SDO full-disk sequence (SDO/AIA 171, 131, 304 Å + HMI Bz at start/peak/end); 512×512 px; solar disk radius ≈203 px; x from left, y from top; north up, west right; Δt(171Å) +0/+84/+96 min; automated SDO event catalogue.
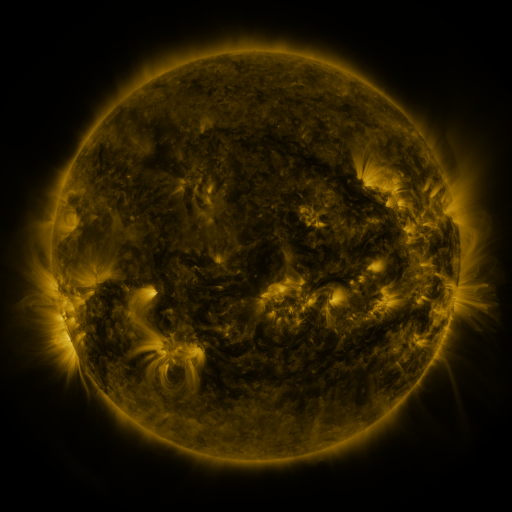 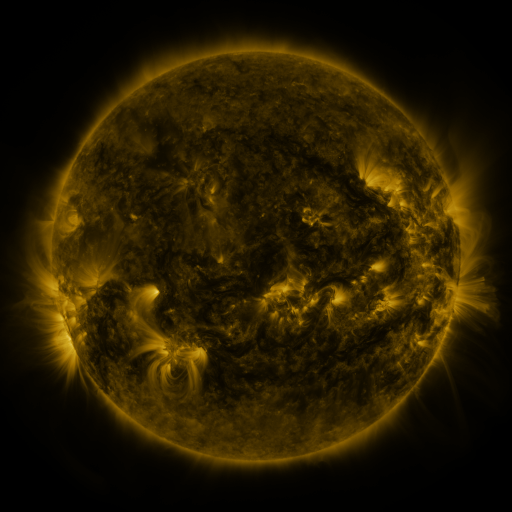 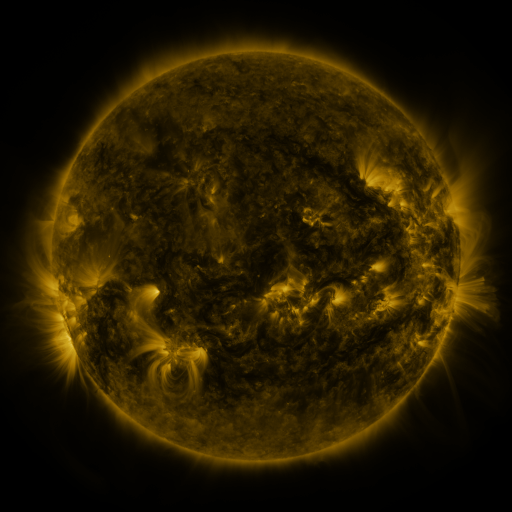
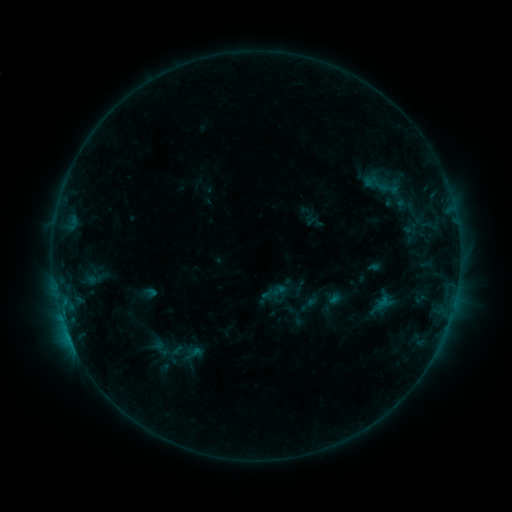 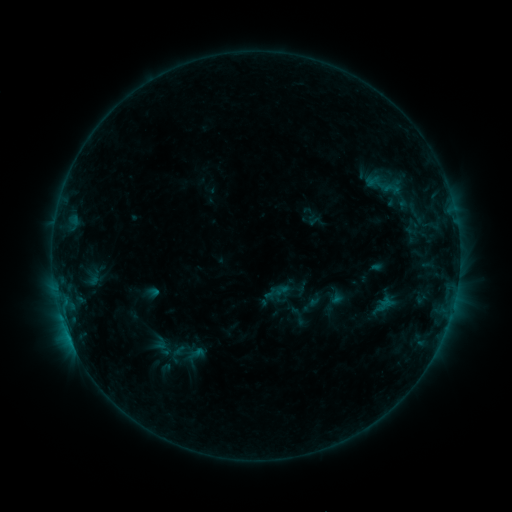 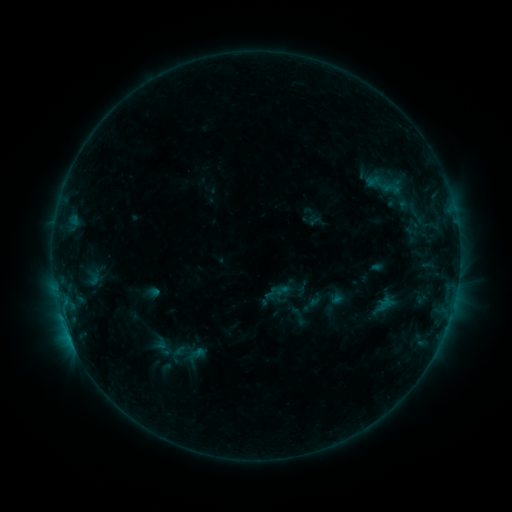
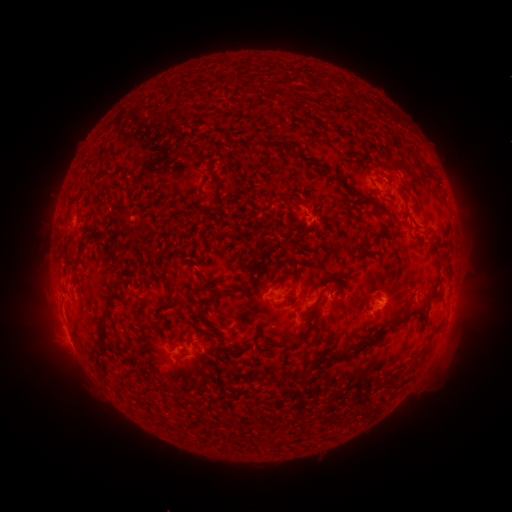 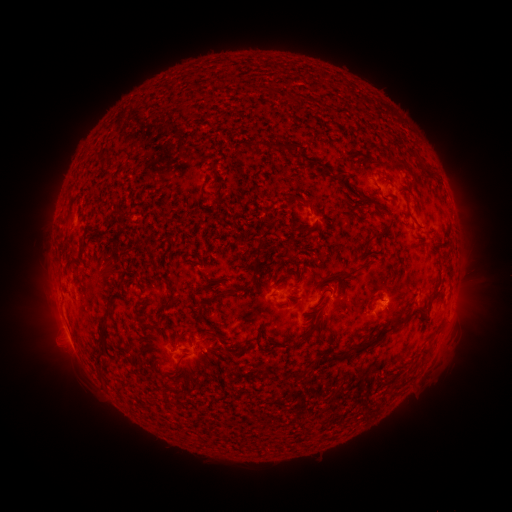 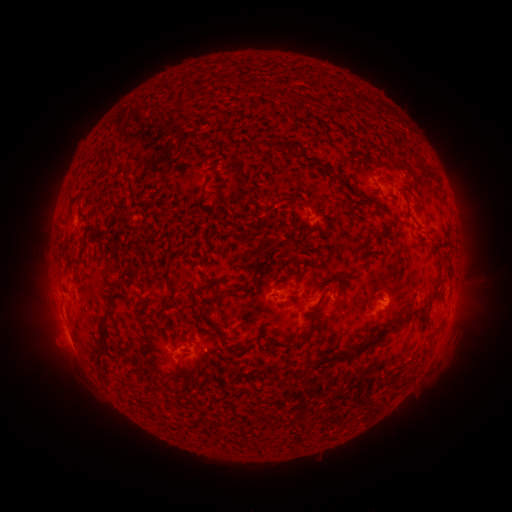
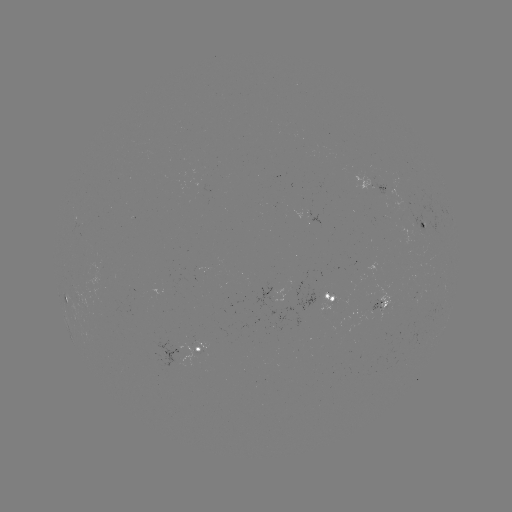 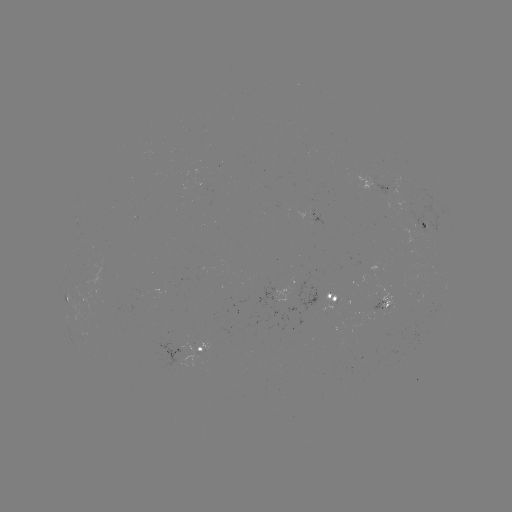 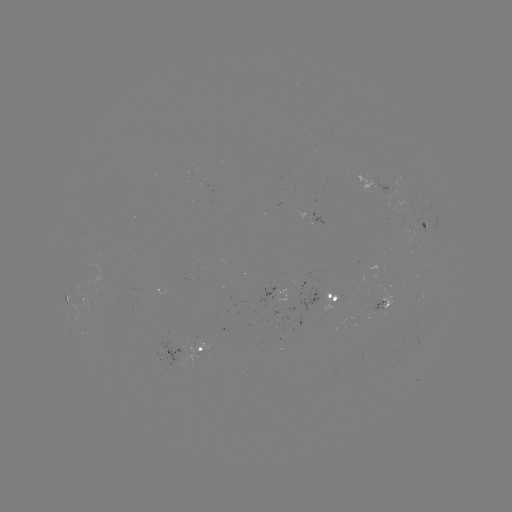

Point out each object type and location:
emerging-flux region: (376, 301)
